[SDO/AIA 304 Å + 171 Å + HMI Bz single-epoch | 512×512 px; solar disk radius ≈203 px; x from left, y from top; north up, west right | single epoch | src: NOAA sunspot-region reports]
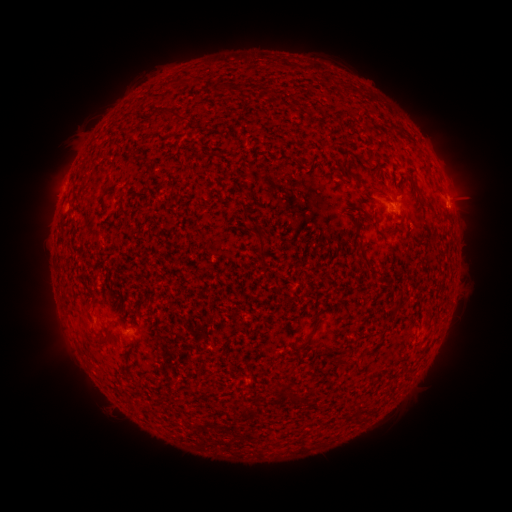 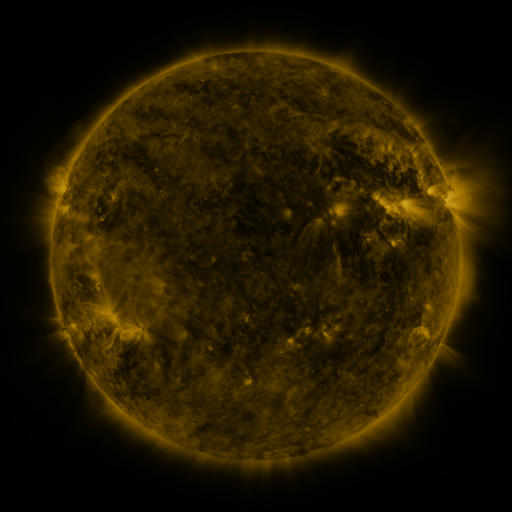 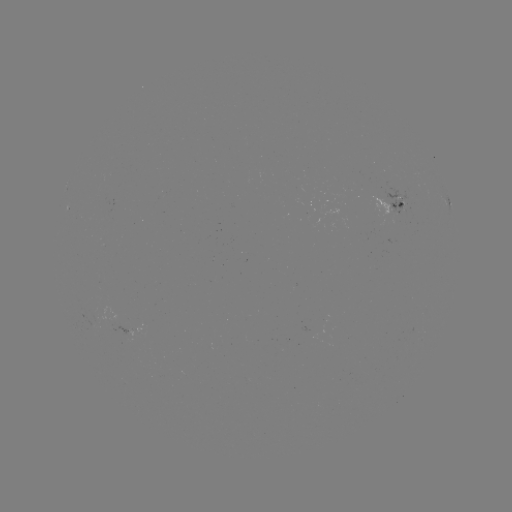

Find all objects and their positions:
spotted active region: (449, 209)
spotted active region: (397, 211)
